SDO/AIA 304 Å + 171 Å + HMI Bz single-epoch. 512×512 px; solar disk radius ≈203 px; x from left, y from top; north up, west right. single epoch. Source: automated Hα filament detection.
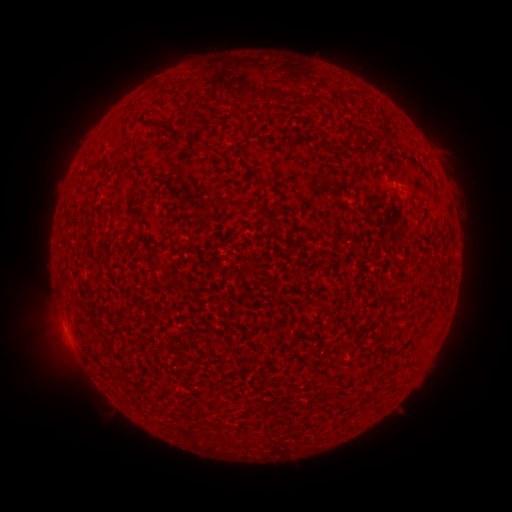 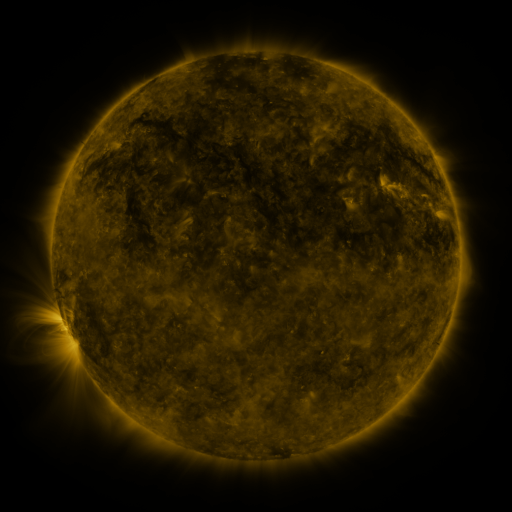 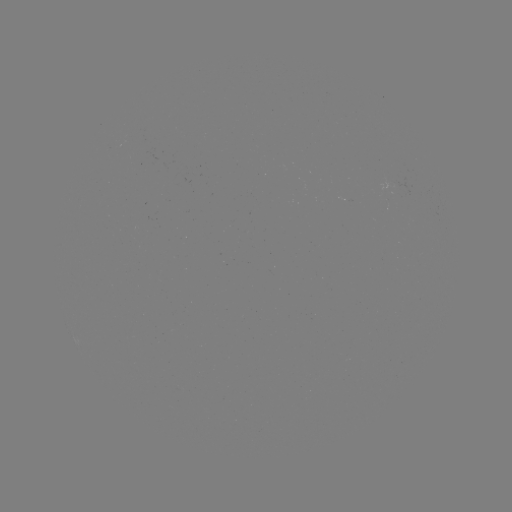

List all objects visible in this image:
filament: (274, 91, 284, 102)
filament: (124, 125, 130, 136)
filament: (354, 134, 362, 147)
filament: (114, 185, 126, 196)
filament: (321, 236, 329, 247)
